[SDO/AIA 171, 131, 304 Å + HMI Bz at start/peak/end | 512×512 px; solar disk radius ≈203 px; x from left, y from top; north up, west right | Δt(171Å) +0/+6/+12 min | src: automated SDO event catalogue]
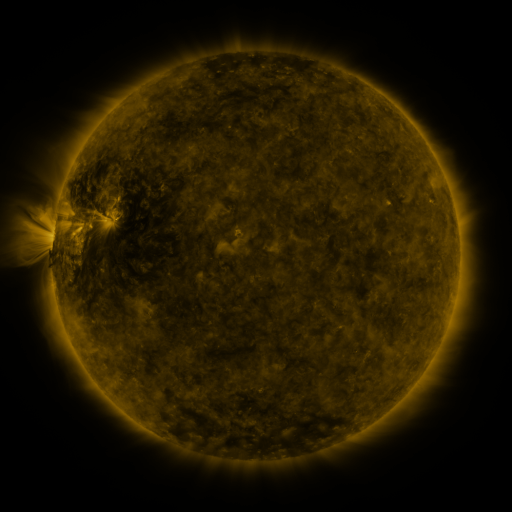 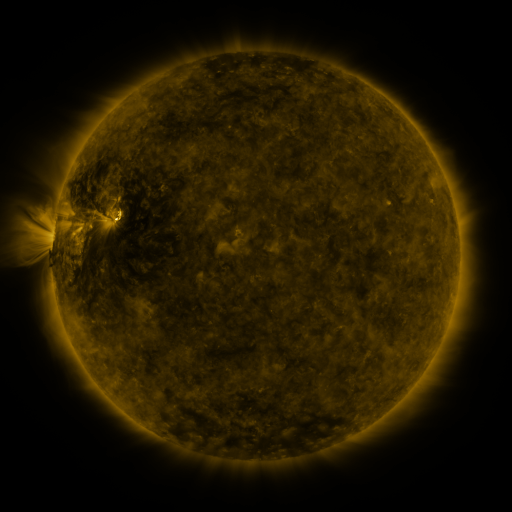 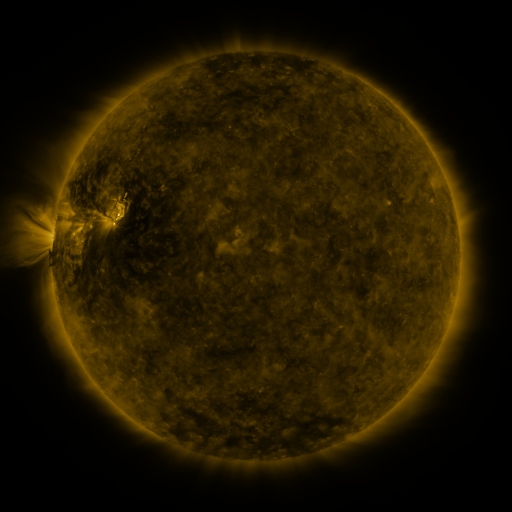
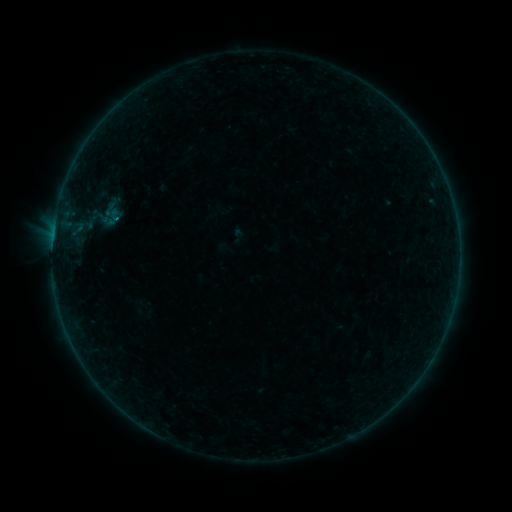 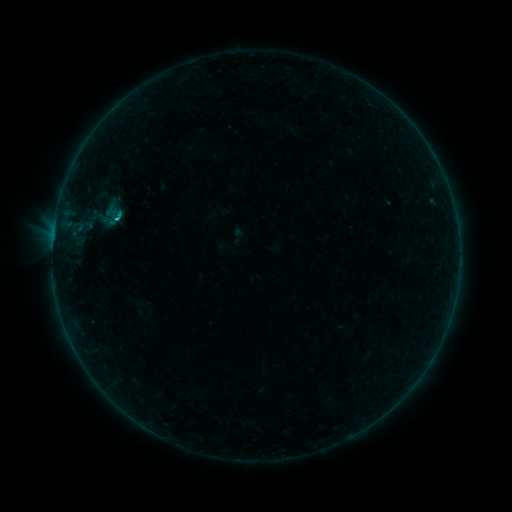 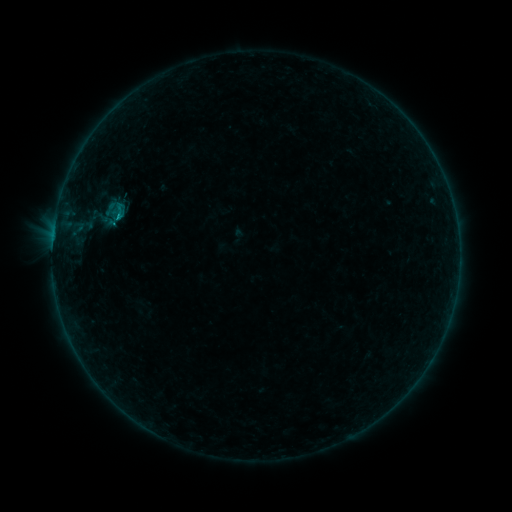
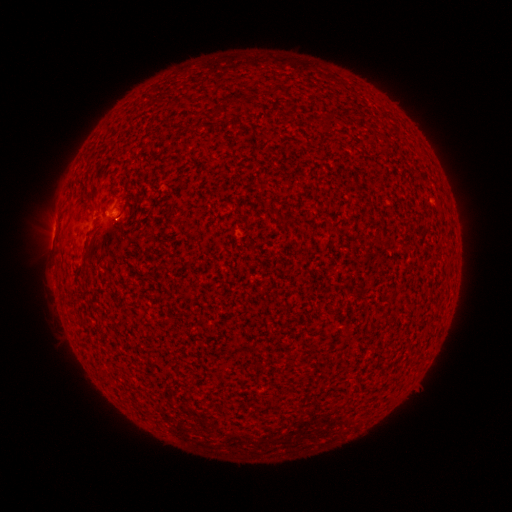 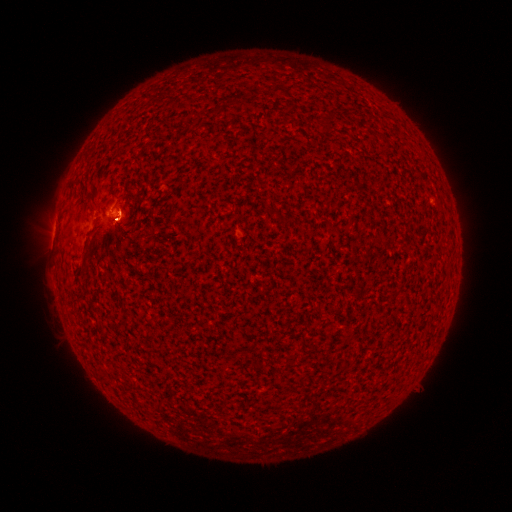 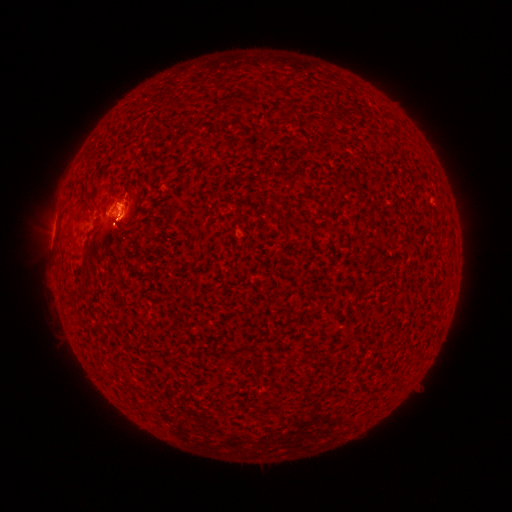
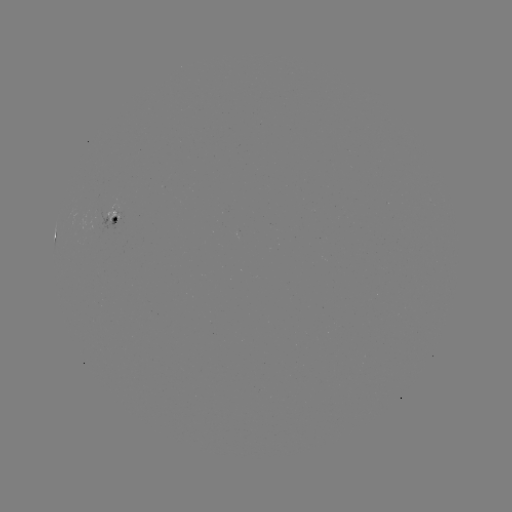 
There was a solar flare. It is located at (120, 218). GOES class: C1.0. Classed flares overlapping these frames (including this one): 1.